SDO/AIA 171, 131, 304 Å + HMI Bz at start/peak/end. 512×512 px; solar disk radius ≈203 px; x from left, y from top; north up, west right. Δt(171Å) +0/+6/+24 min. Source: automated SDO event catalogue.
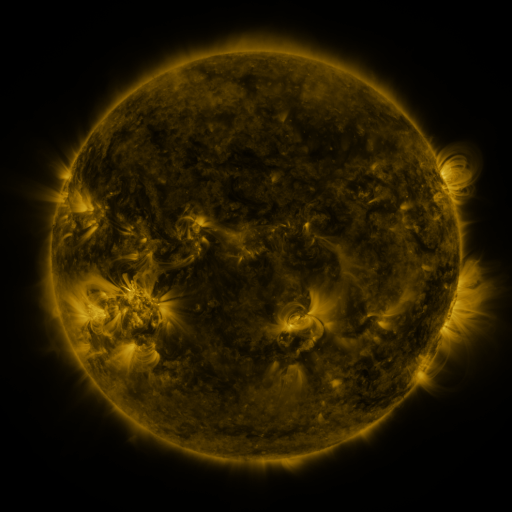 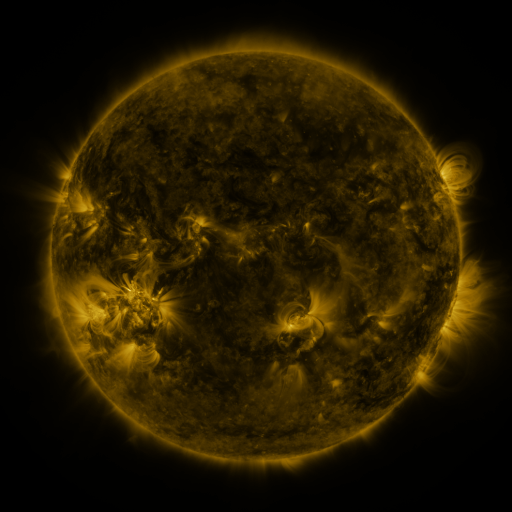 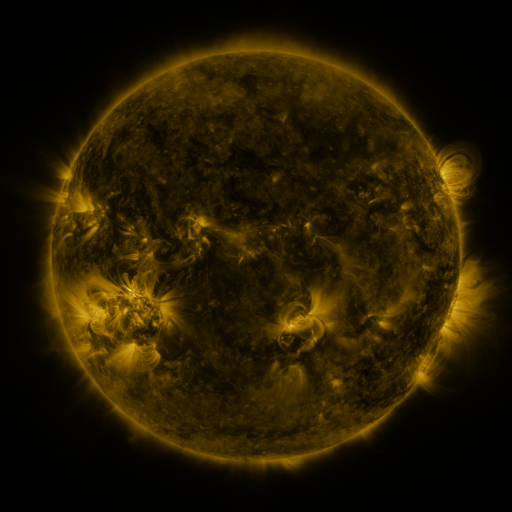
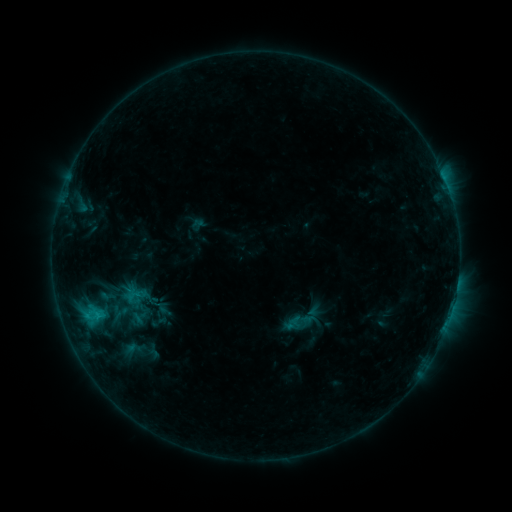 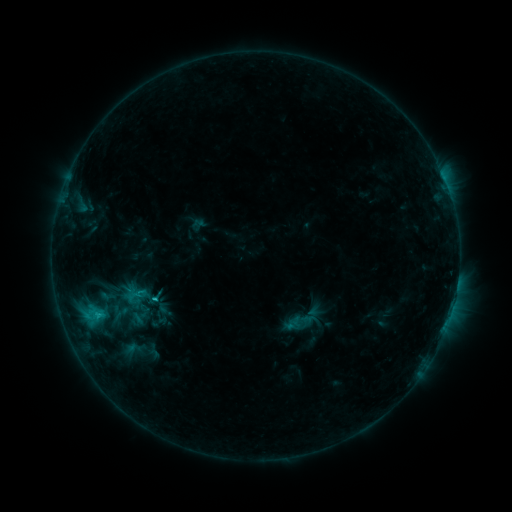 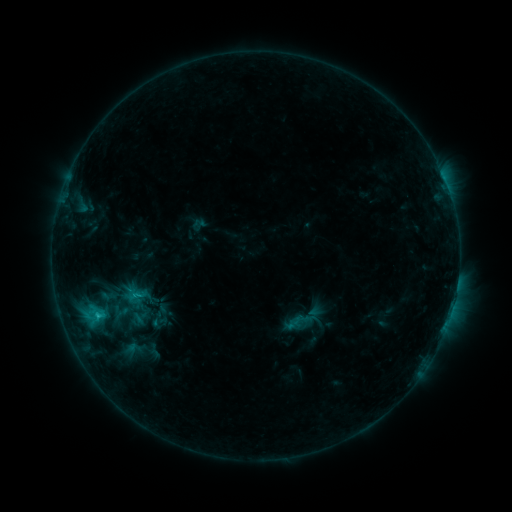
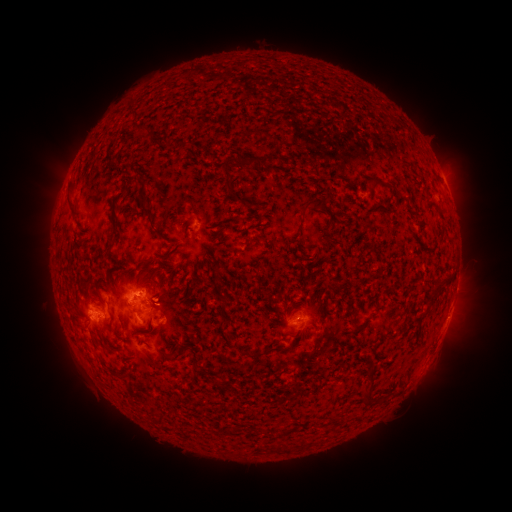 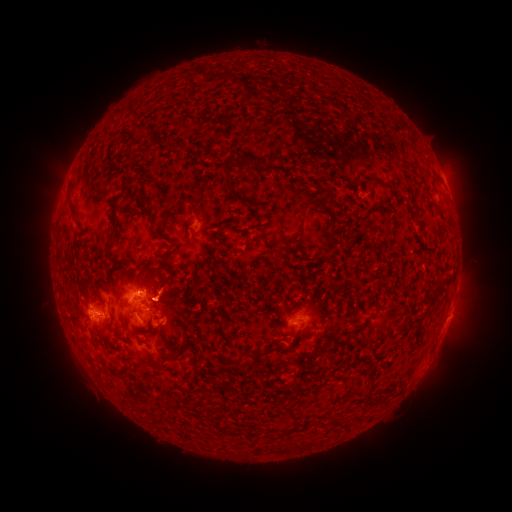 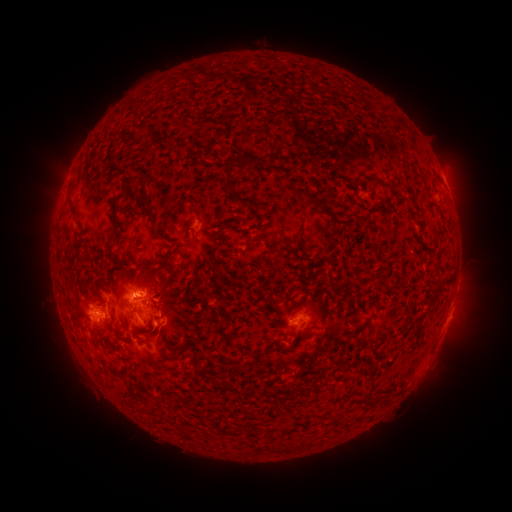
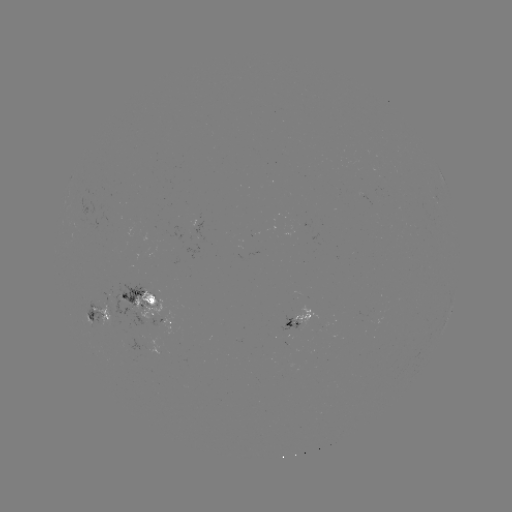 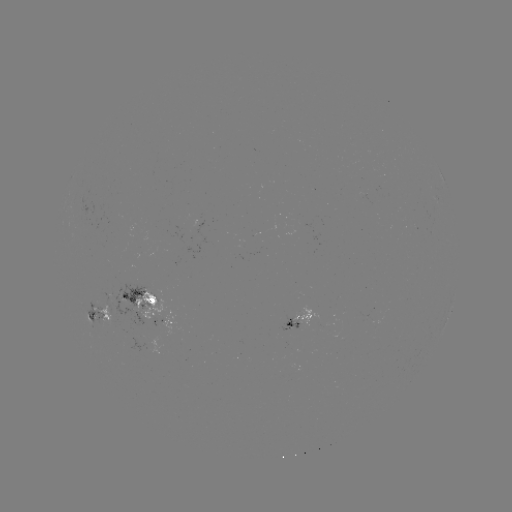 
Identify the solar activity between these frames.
C1.9 flare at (100, 312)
